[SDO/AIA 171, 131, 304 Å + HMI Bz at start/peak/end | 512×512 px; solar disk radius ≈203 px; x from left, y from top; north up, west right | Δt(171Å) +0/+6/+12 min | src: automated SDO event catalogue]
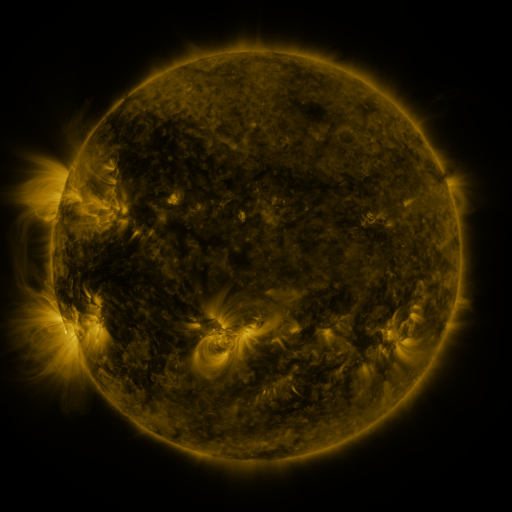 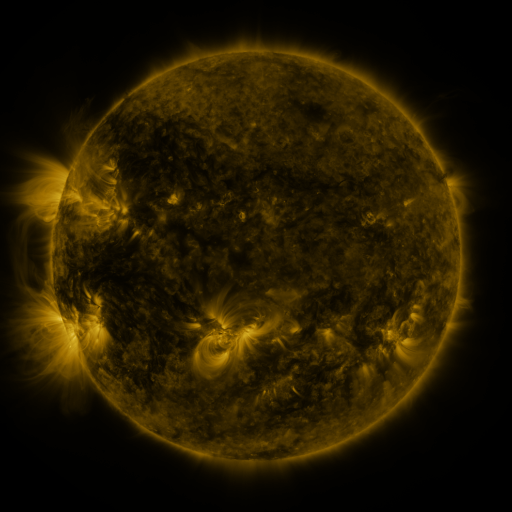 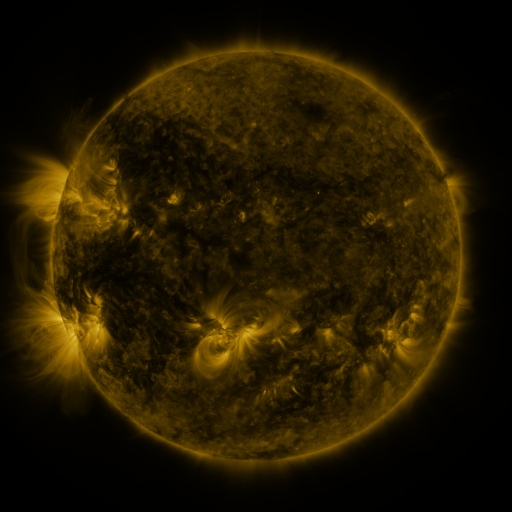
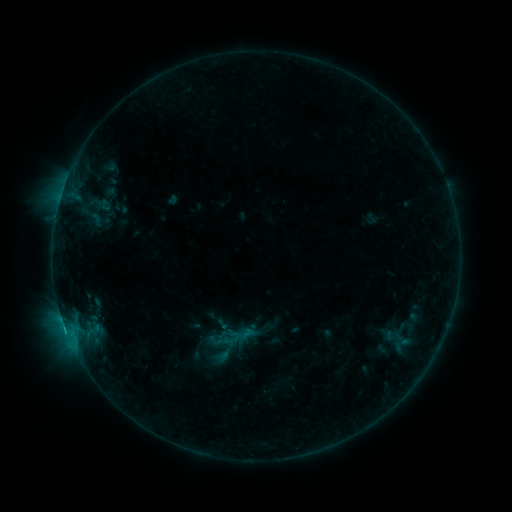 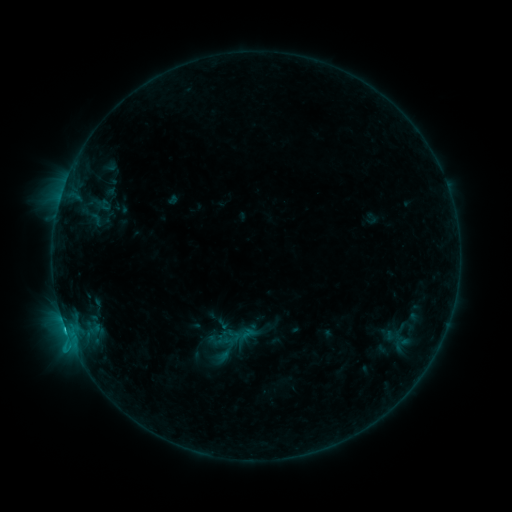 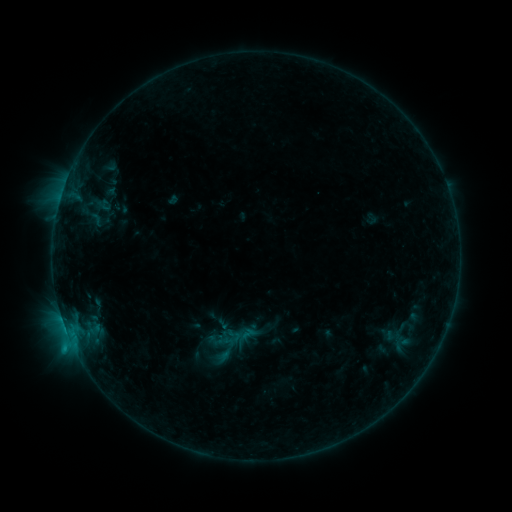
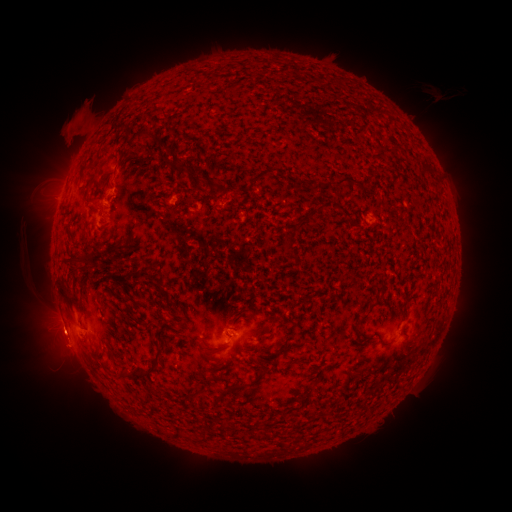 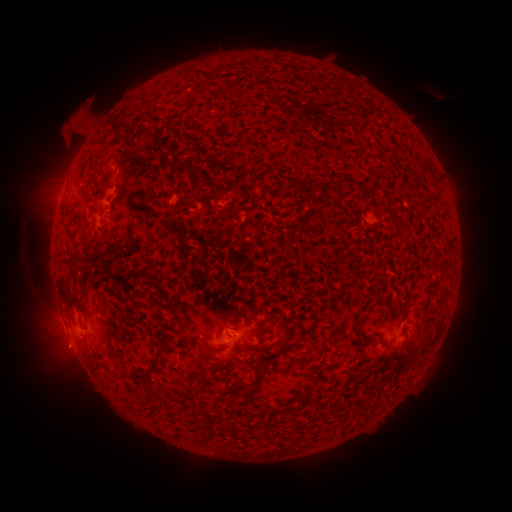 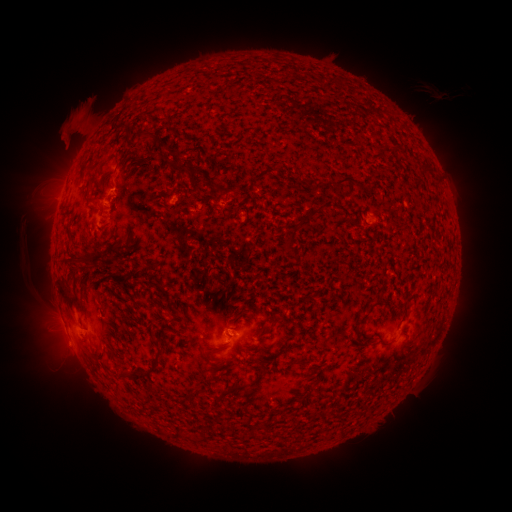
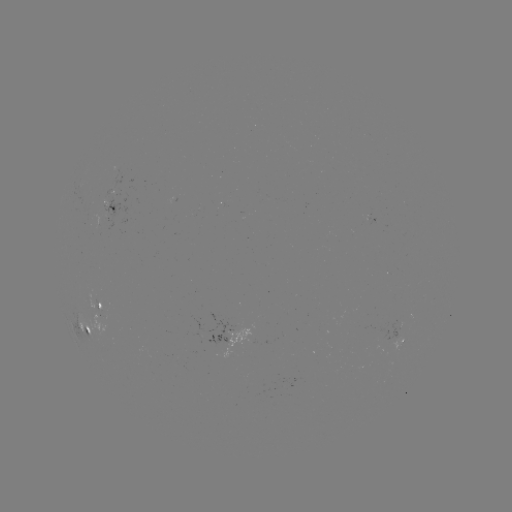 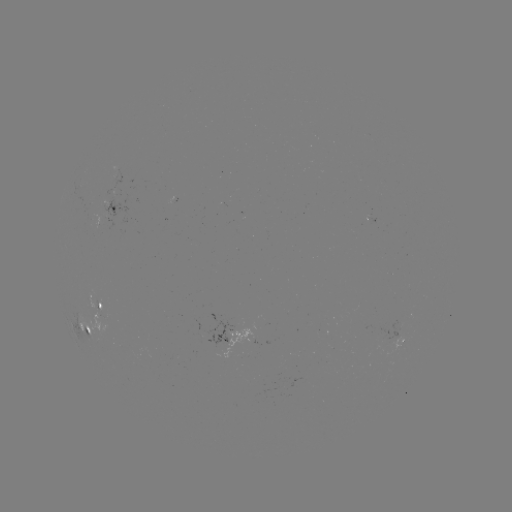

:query B9.9 flare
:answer [66, 327]